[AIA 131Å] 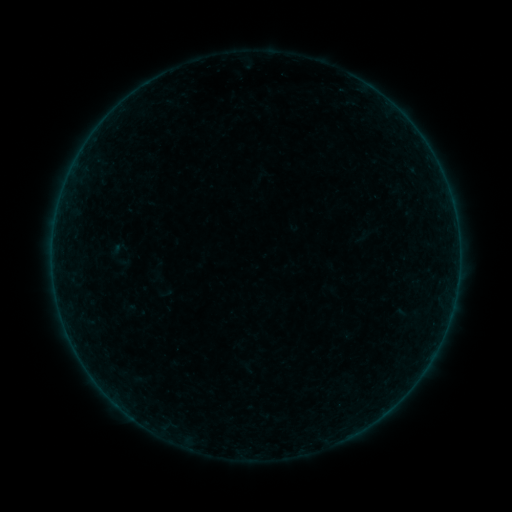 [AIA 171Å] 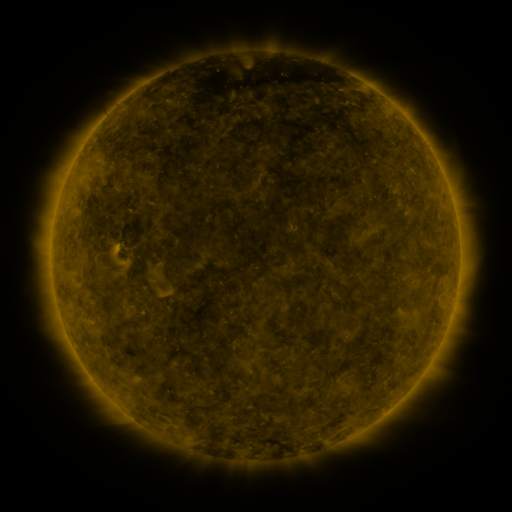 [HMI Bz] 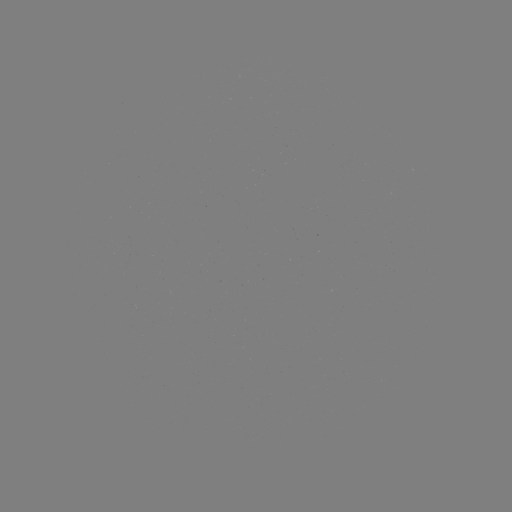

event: sigmoid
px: (119, 254)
